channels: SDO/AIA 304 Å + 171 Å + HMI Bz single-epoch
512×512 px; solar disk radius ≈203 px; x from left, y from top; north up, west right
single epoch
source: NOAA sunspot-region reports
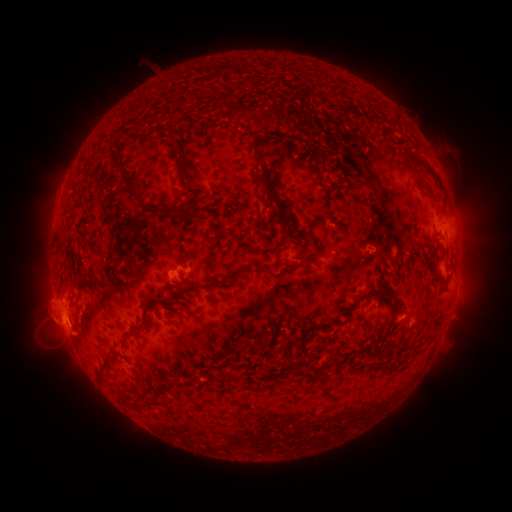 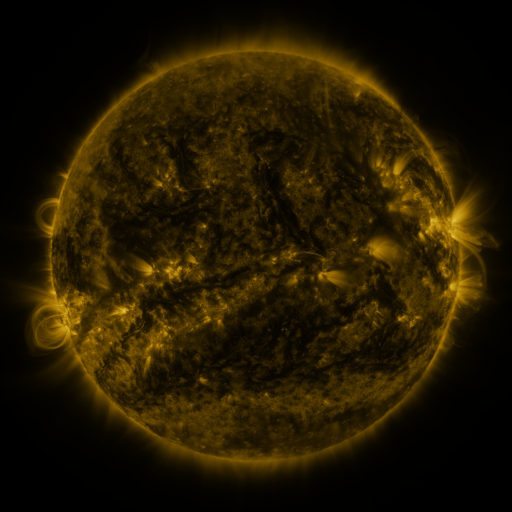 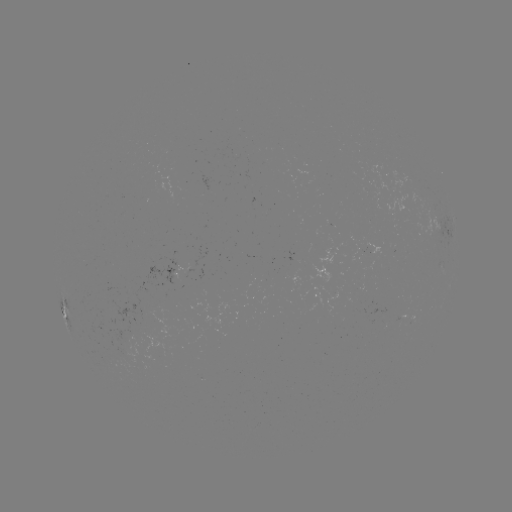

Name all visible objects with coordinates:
spotted active region: (443, 228)
spotted active region: (174, 271)
spotted active region: (63, 311)
